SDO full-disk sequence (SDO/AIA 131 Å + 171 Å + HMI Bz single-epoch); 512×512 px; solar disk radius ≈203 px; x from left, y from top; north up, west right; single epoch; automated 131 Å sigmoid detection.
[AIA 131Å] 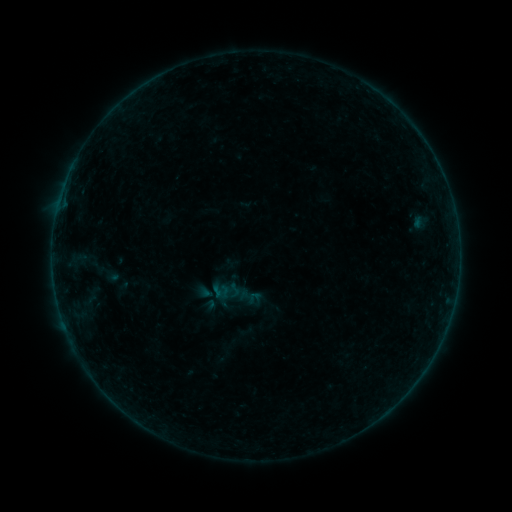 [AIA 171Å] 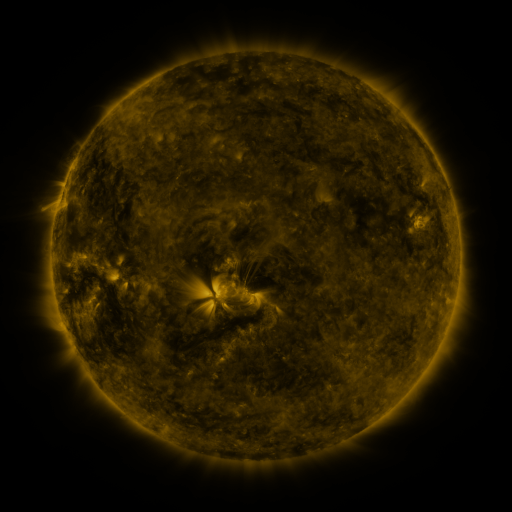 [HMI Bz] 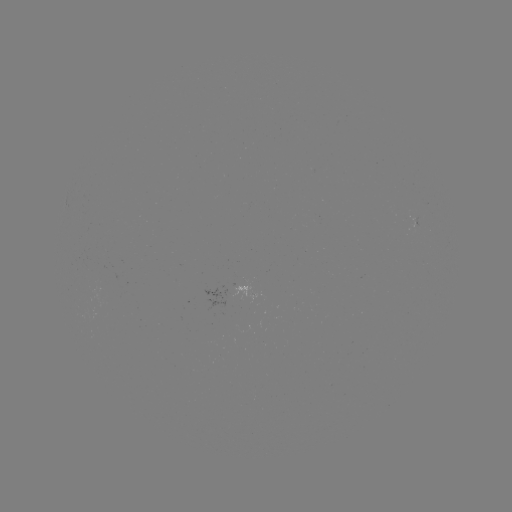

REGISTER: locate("sigmoid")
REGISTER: (234, 290)